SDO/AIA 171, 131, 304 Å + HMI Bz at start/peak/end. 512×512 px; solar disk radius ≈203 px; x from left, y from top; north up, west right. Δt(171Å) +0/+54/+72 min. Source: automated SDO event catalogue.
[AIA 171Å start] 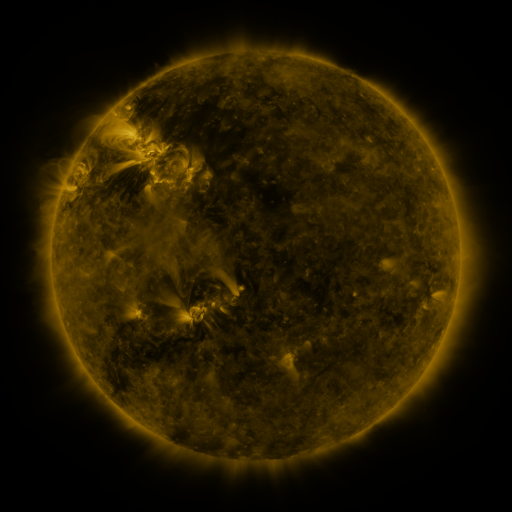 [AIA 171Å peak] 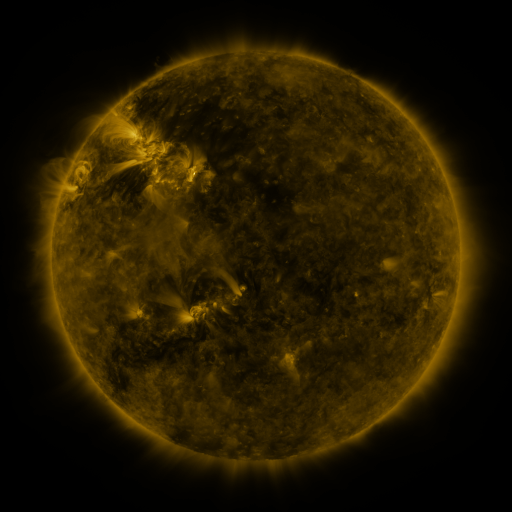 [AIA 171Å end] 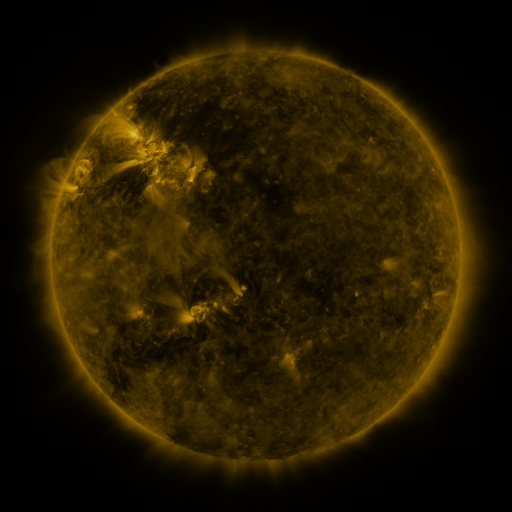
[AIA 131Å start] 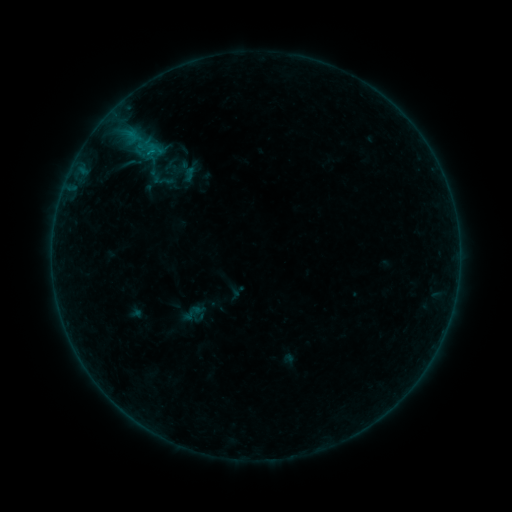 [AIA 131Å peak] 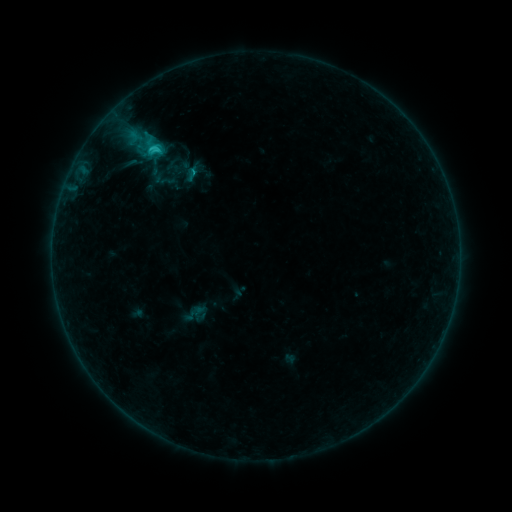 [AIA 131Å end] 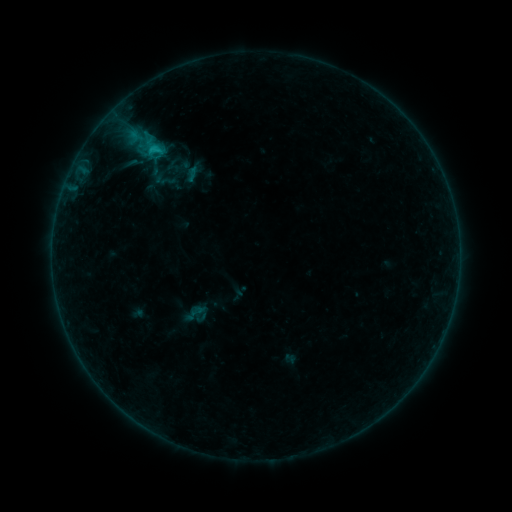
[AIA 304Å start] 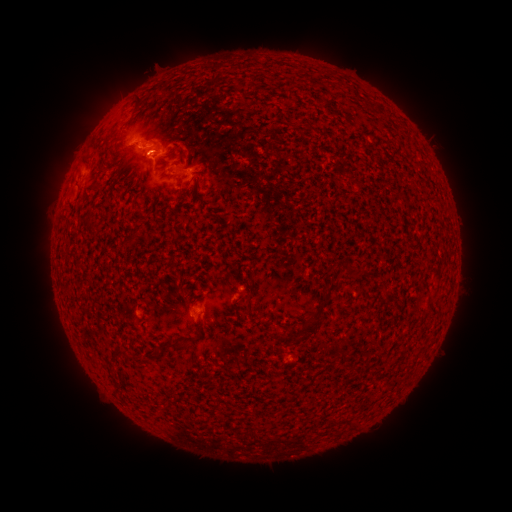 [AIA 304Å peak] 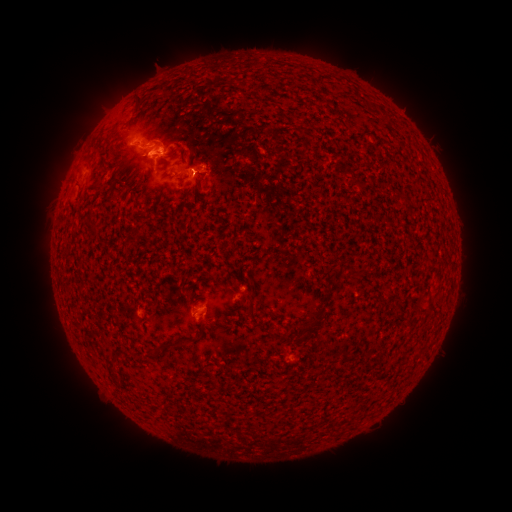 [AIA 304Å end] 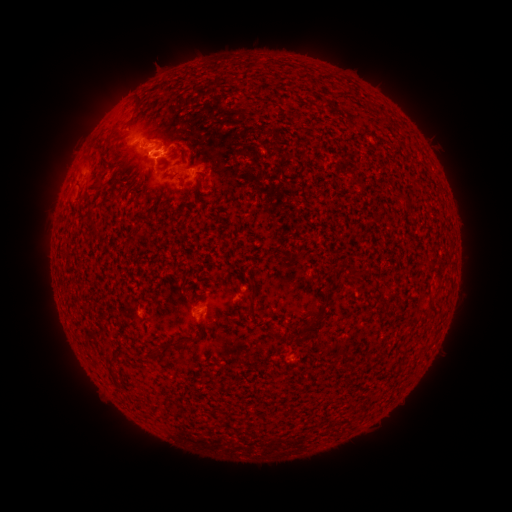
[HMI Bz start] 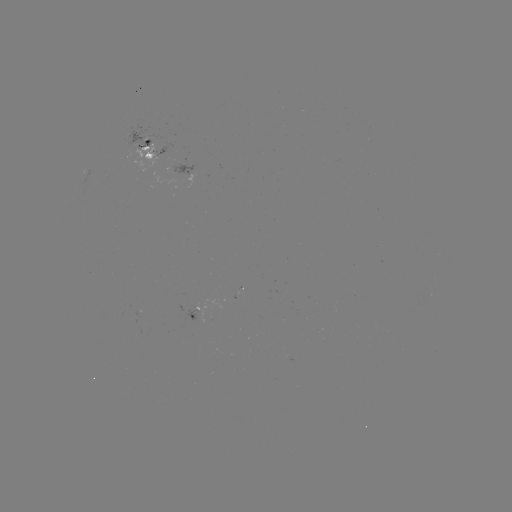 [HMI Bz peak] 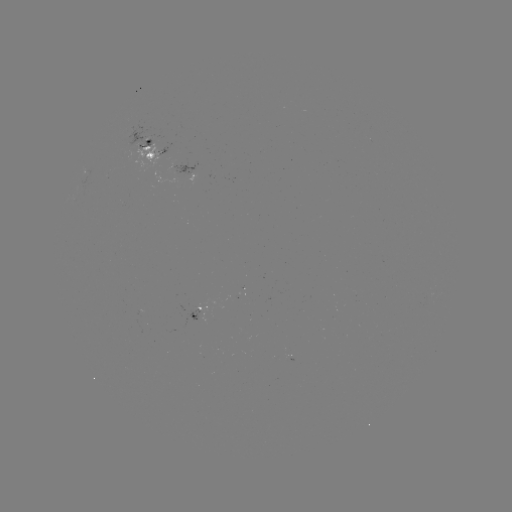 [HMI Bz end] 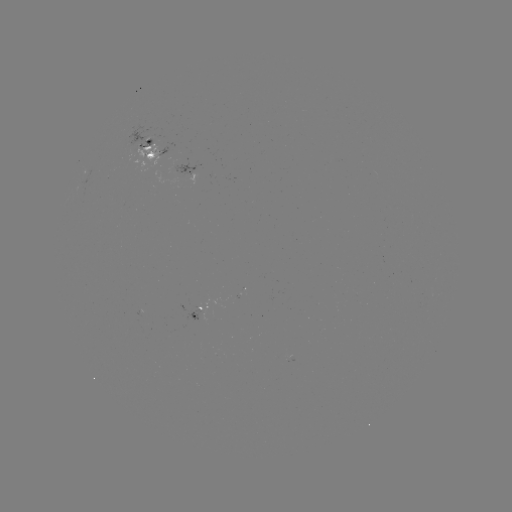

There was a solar flare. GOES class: C1.6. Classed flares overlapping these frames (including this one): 2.